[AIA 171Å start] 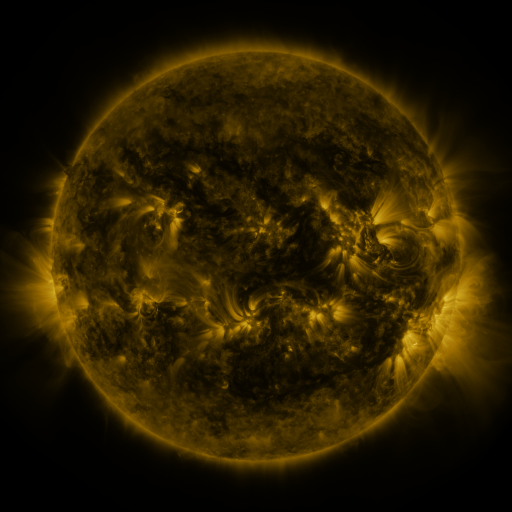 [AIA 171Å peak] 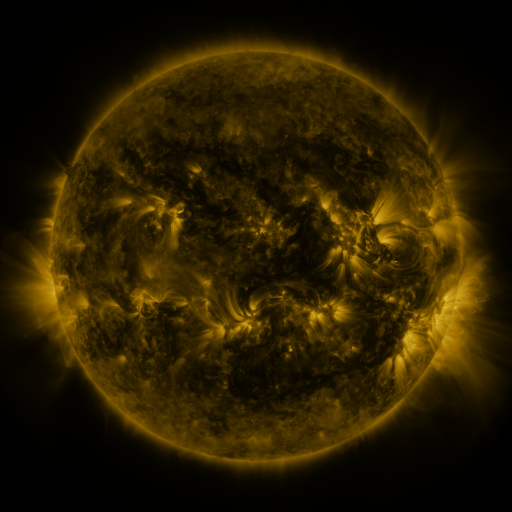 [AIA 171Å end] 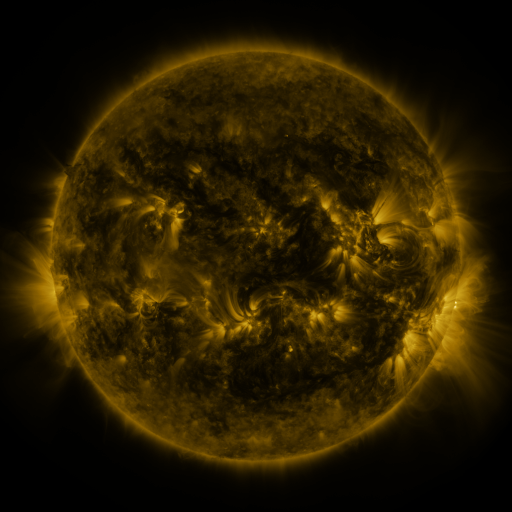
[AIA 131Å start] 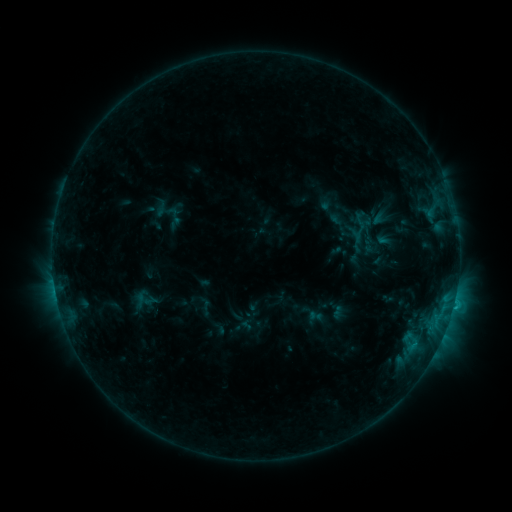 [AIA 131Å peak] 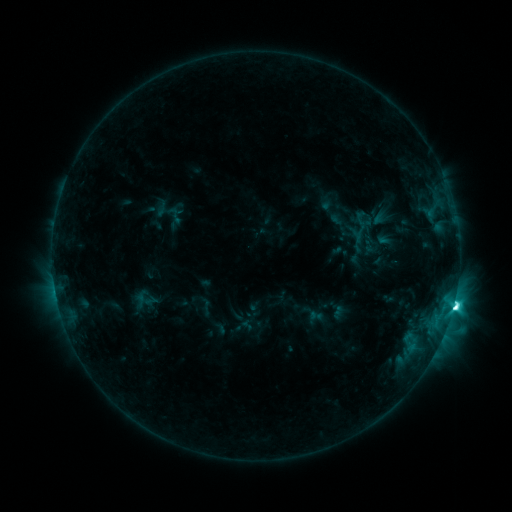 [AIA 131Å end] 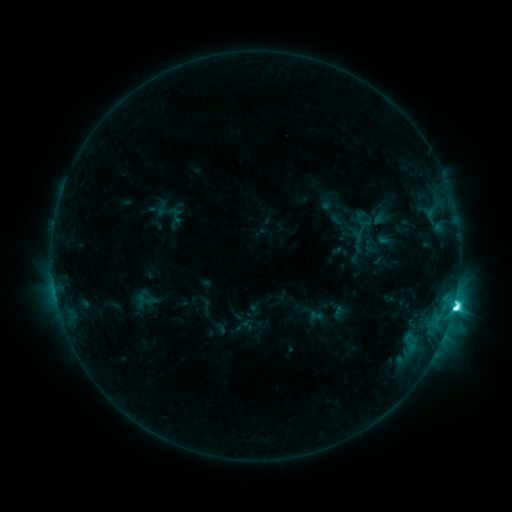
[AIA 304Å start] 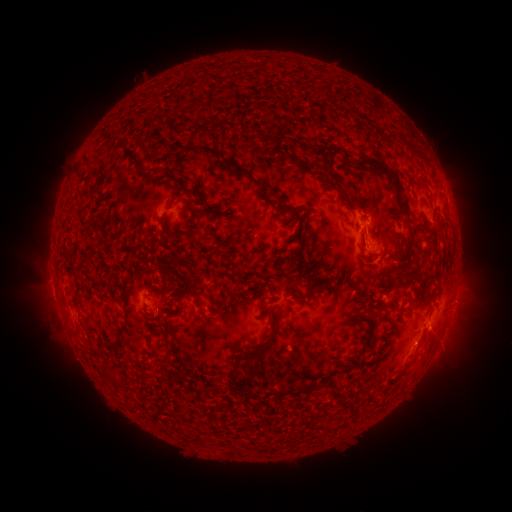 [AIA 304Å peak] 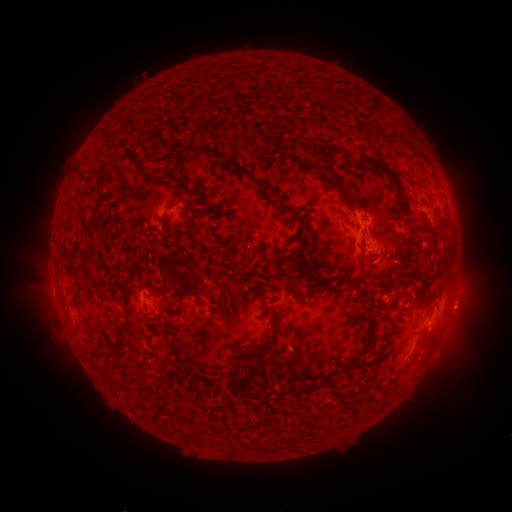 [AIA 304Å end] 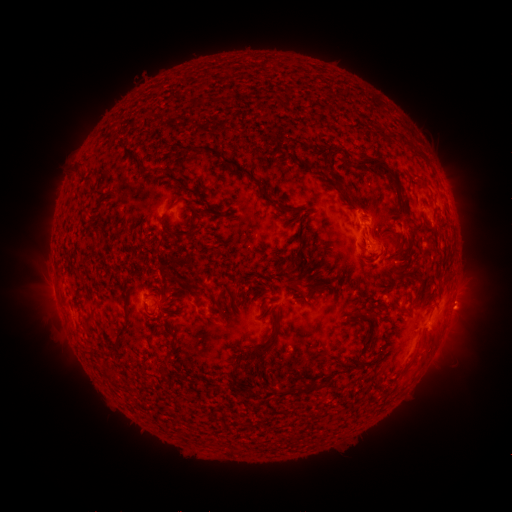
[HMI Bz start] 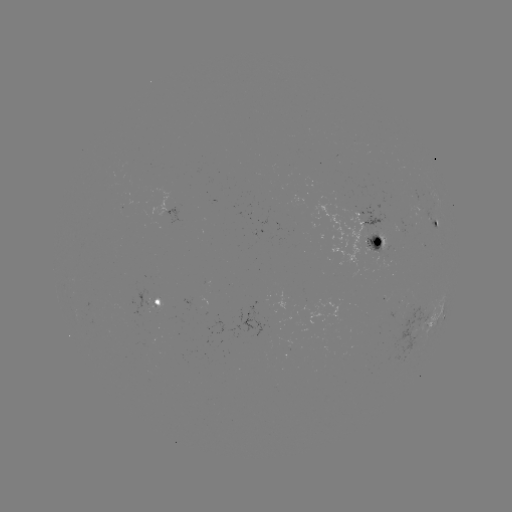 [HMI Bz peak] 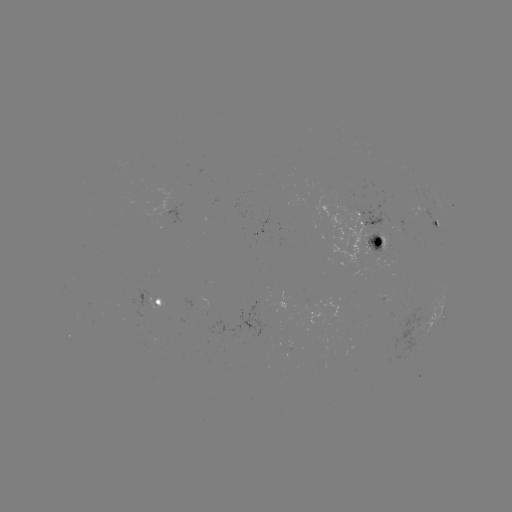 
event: flare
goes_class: M1.2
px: (453, 305)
